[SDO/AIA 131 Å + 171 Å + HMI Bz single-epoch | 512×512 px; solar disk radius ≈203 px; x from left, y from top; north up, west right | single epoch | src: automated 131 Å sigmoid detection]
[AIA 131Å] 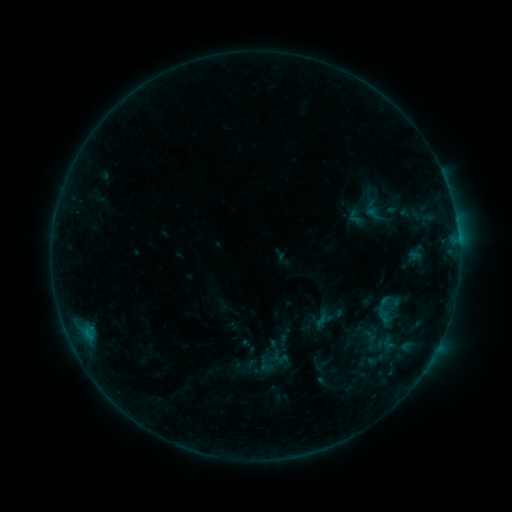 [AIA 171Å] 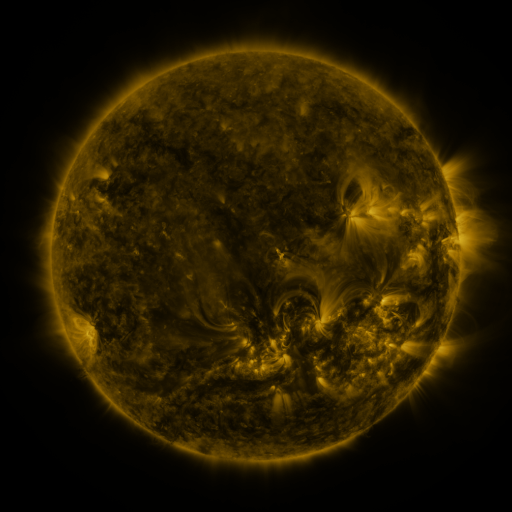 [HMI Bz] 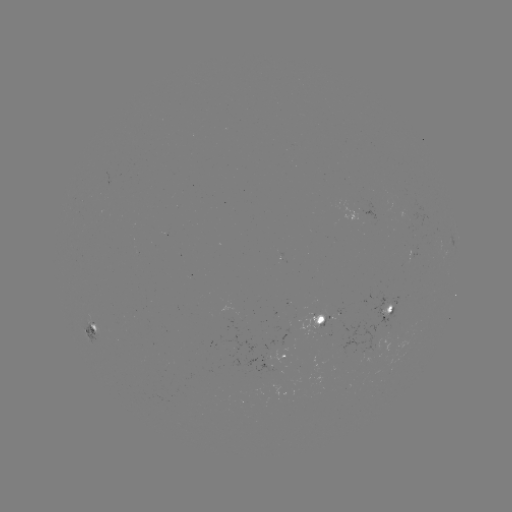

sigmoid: (369, 290, 408, 329)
